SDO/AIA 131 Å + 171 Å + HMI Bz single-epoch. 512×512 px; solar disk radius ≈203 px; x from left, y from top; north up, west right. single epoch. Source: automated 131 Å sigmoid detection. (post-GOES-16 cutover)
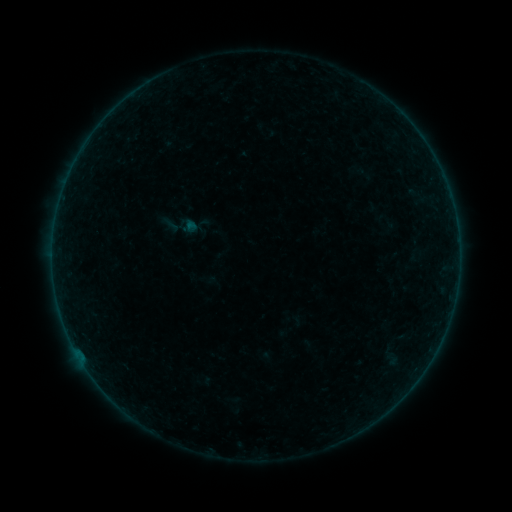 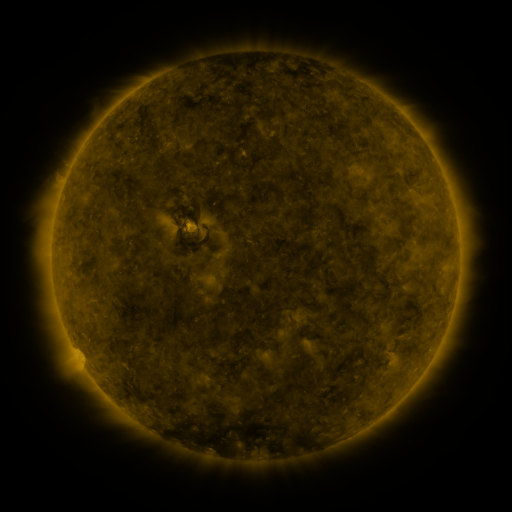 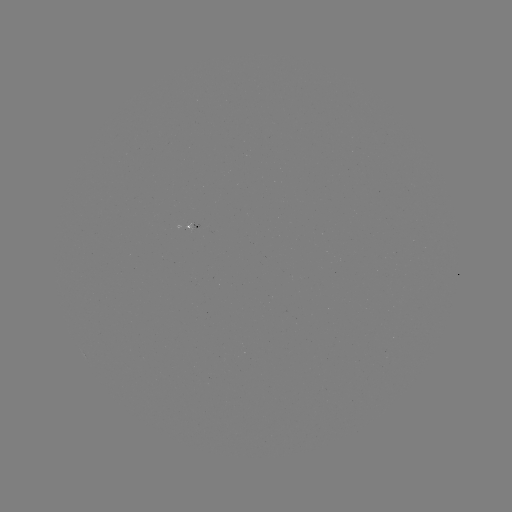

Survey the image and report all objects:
sigmoid: <bbox>162, 205, 202, 246</bbox>
